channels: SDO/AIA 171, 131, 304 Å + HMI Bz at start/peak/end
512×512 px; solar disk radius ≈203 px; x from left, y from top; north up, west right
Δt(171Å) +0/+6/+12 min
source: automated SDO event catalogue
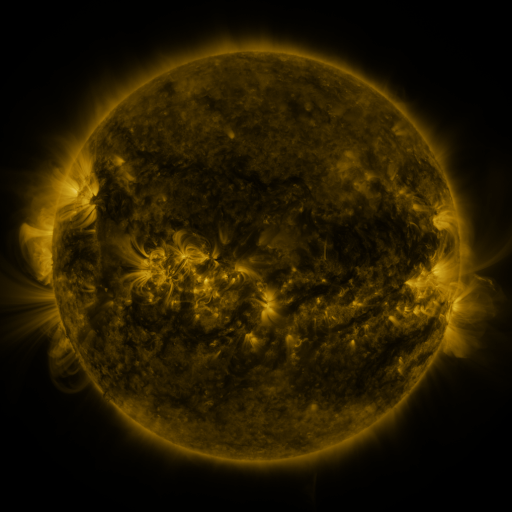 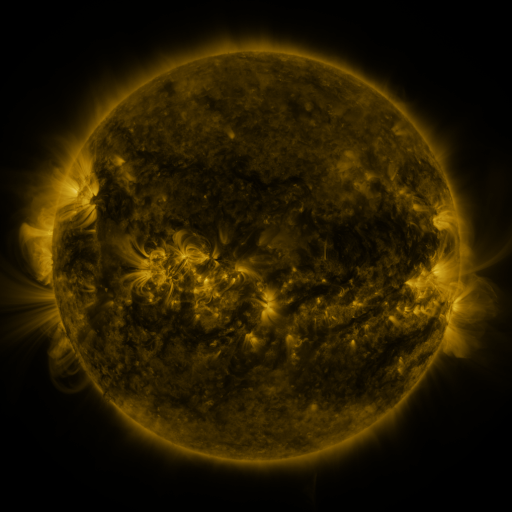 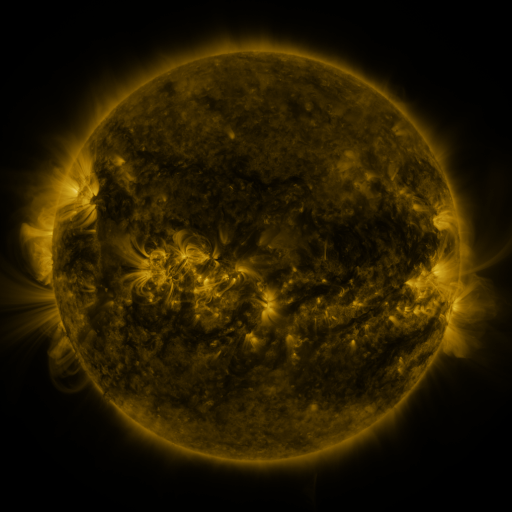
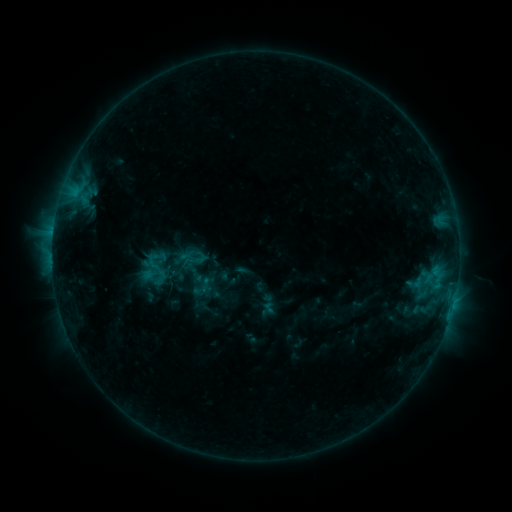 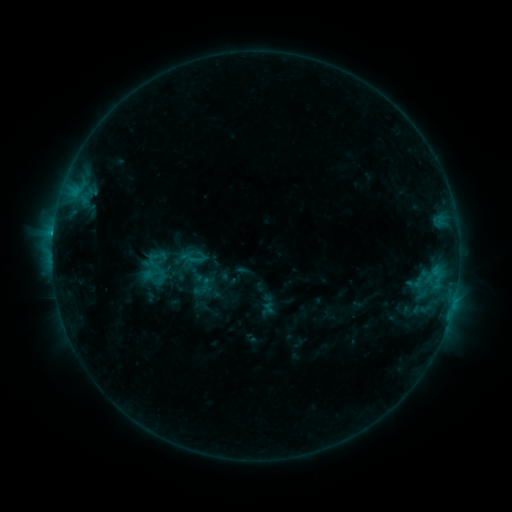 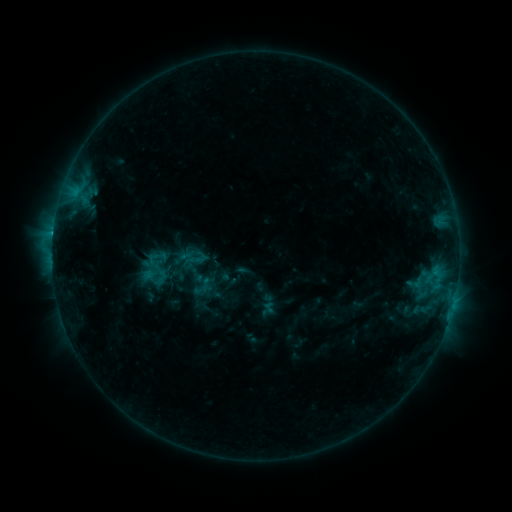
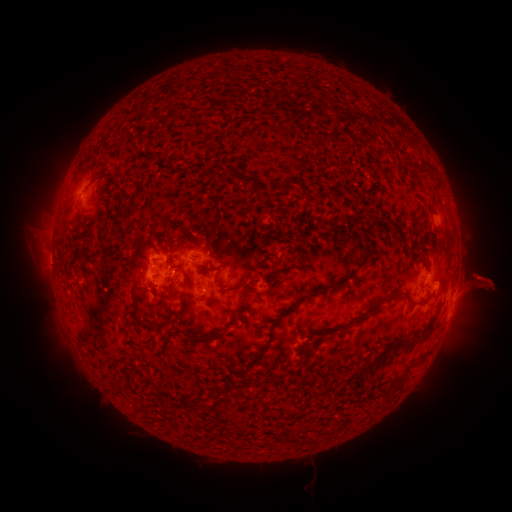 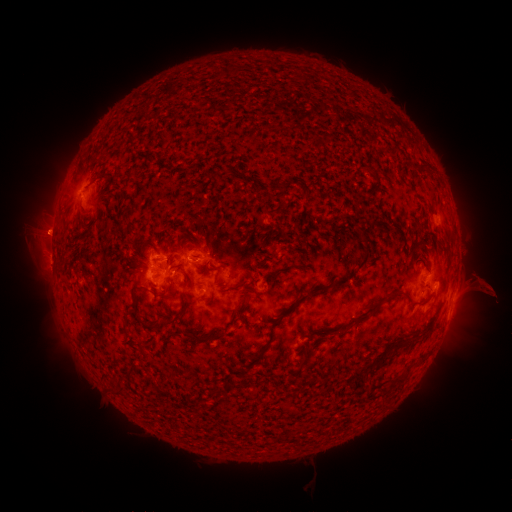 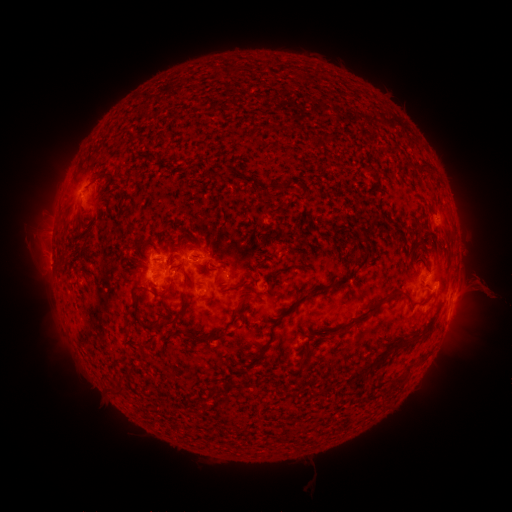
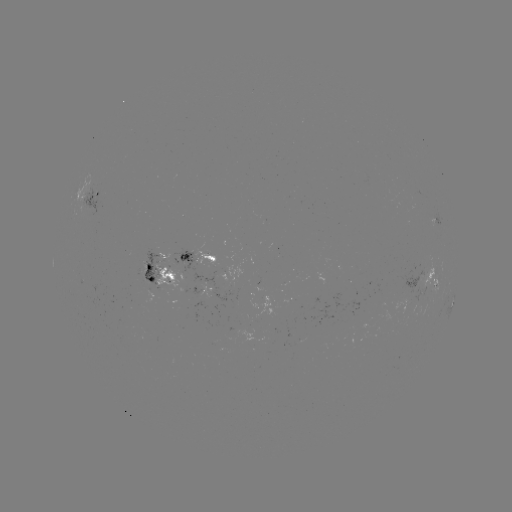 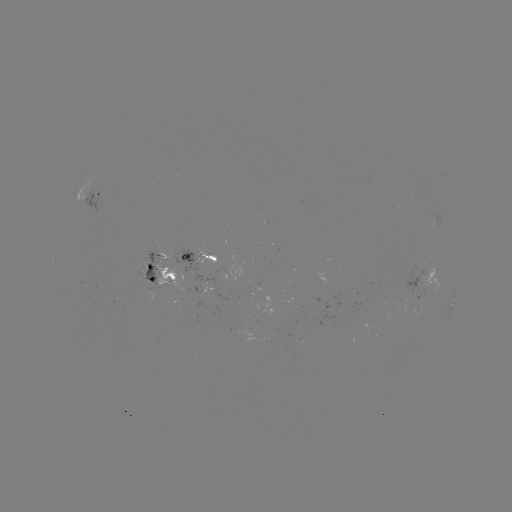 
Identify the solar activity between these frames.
eruption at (46, 232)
